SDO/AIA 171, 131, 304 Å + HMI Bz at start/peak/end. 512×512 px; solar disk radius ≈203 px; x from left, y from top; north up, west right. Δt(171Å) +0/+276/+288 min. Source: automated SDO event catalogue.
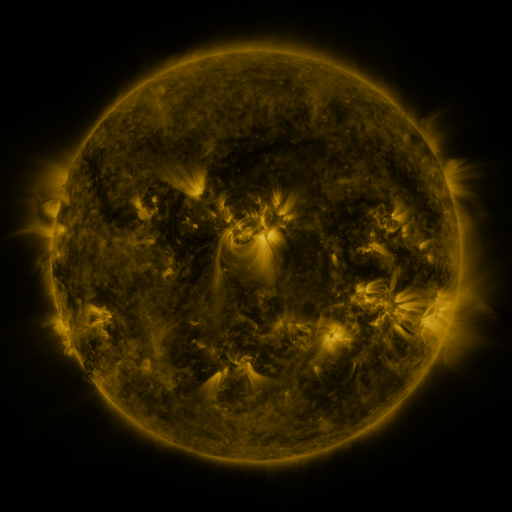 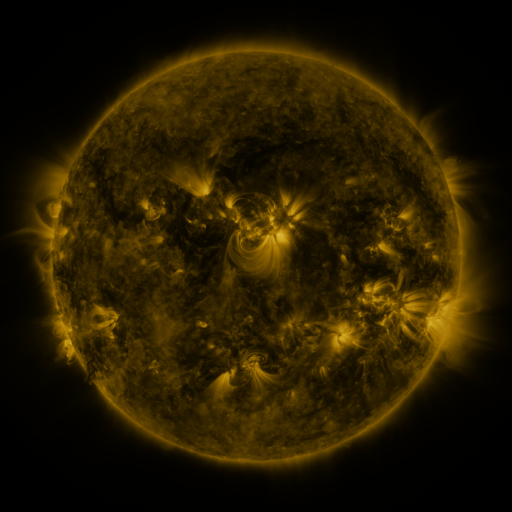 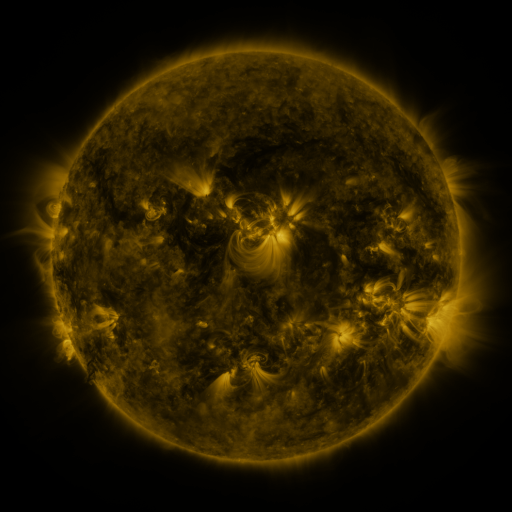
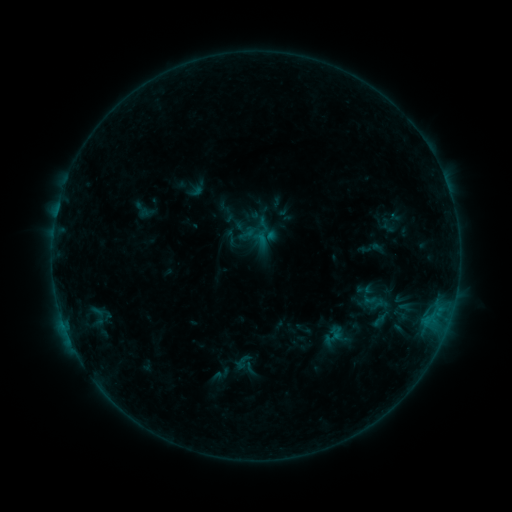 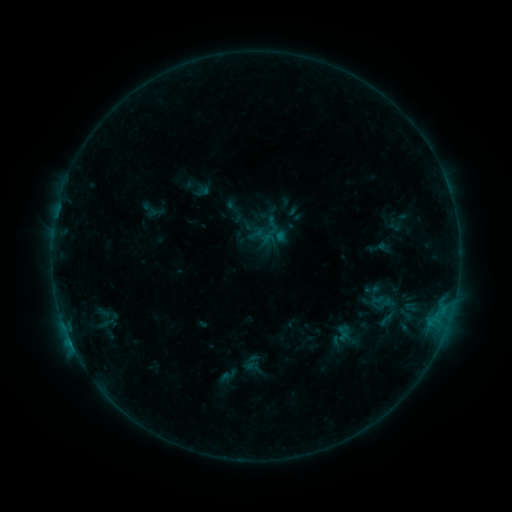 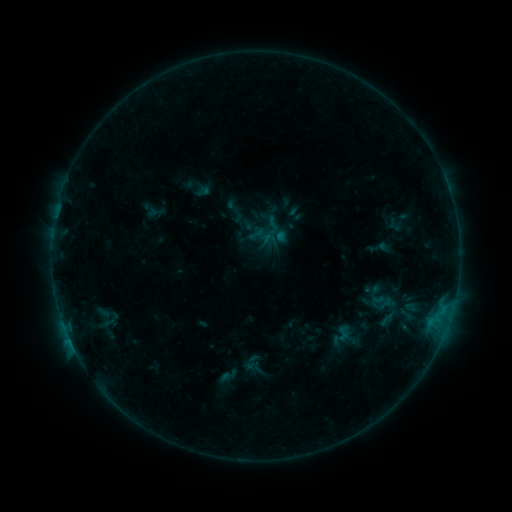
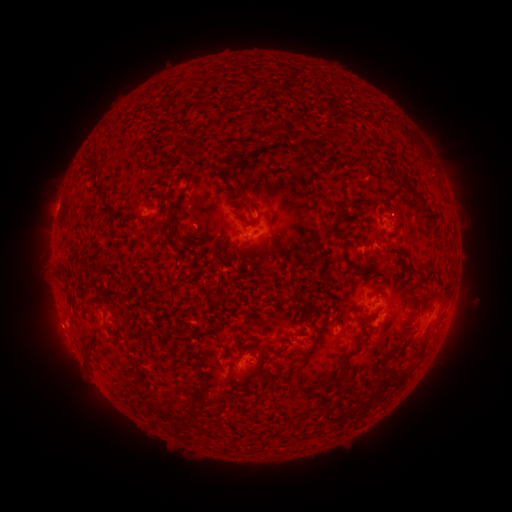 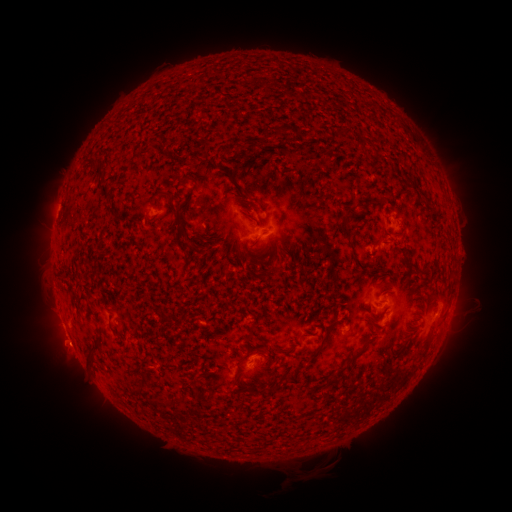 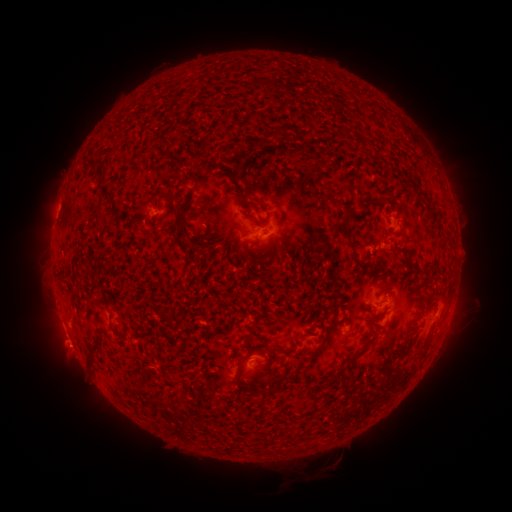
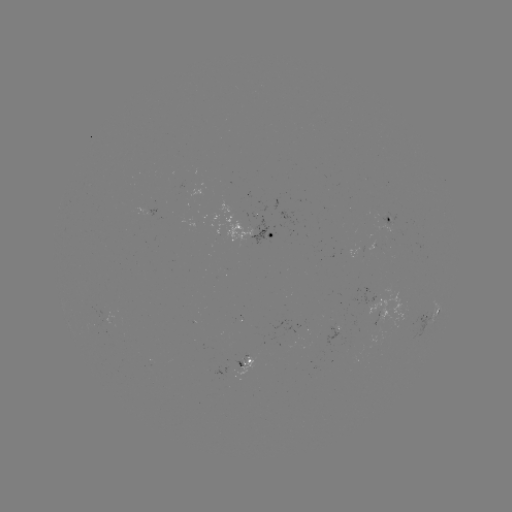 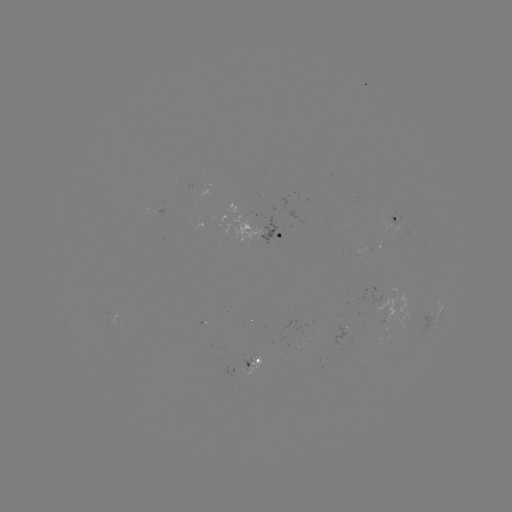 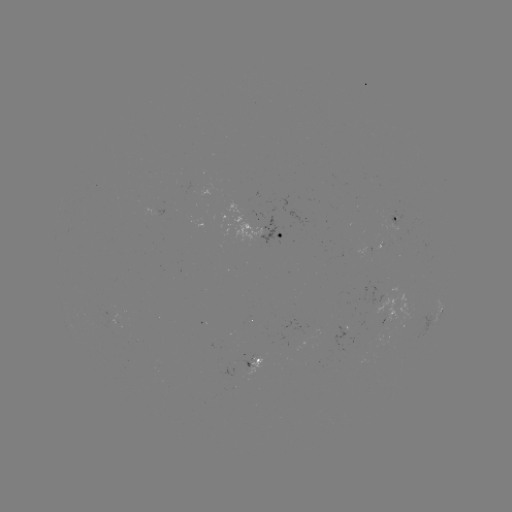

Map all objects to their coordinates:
emerging-flux region: (248, 361)
